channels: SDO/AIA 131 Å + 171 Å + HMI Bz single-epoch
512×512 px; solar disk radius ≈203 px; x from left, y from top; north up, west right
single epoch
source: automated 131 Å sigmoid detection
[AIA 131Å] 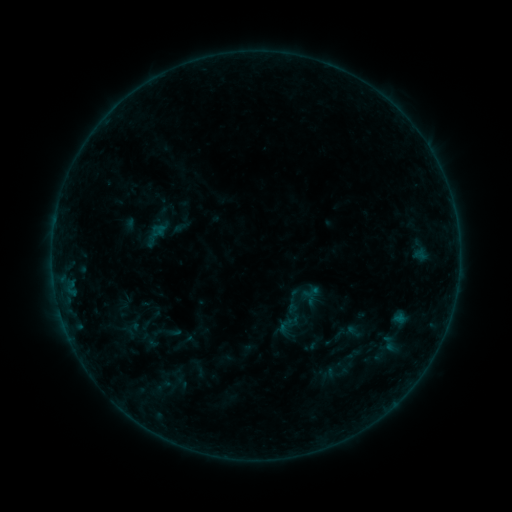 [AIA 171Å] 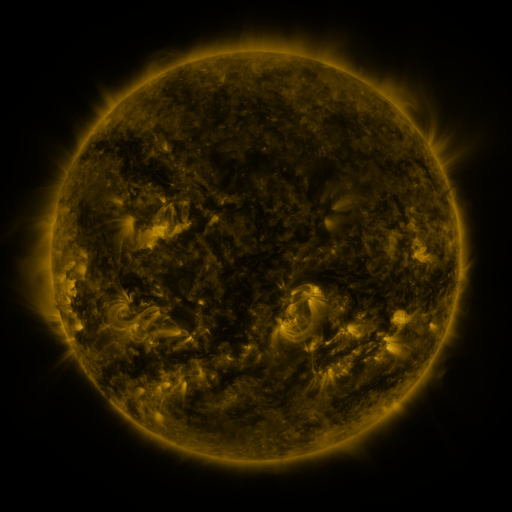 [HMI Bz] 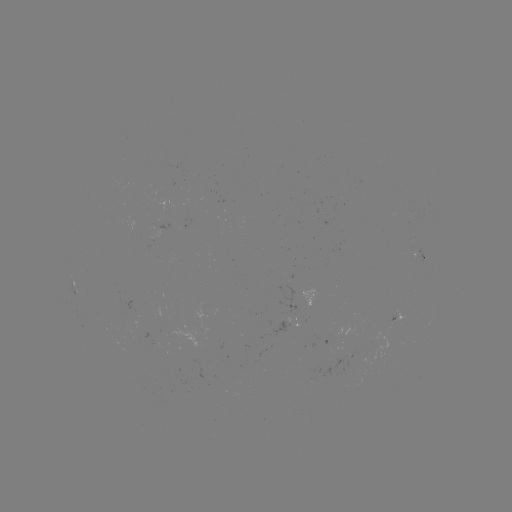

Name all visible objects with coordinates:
sigmoid: (311, 292)
sigmoid: (285, 326)
